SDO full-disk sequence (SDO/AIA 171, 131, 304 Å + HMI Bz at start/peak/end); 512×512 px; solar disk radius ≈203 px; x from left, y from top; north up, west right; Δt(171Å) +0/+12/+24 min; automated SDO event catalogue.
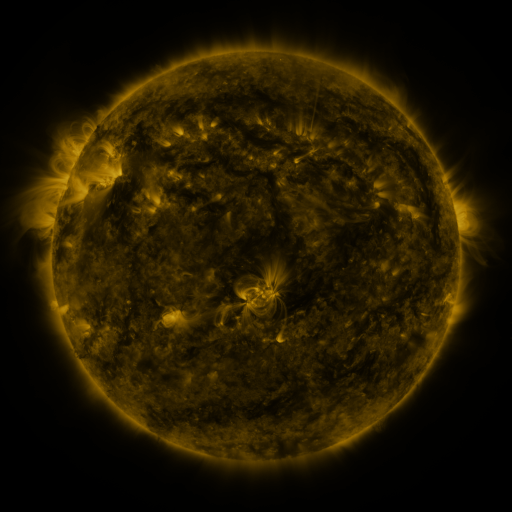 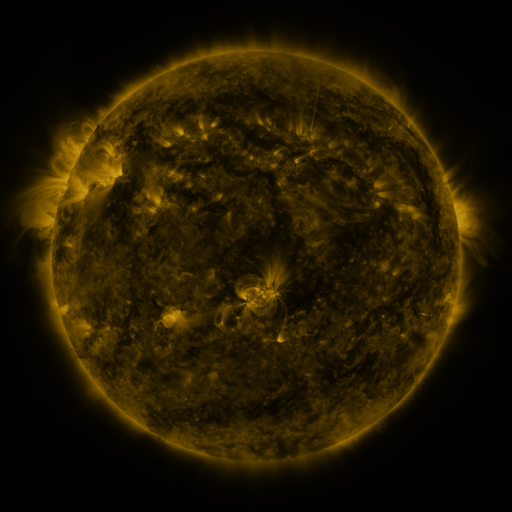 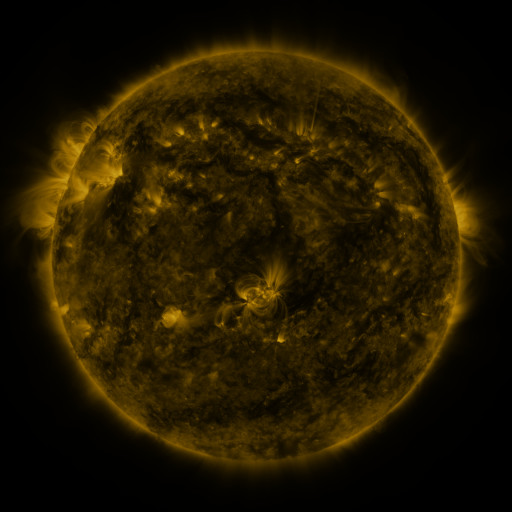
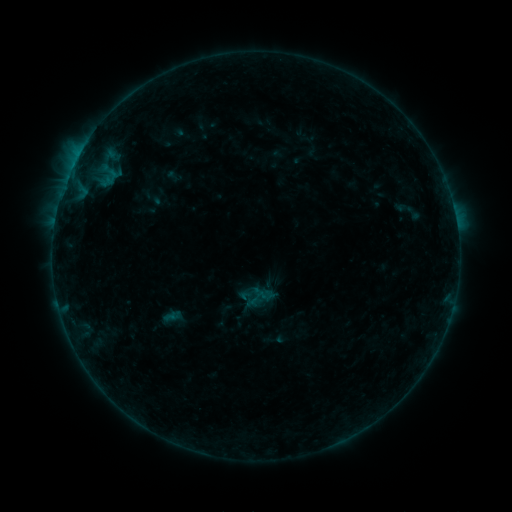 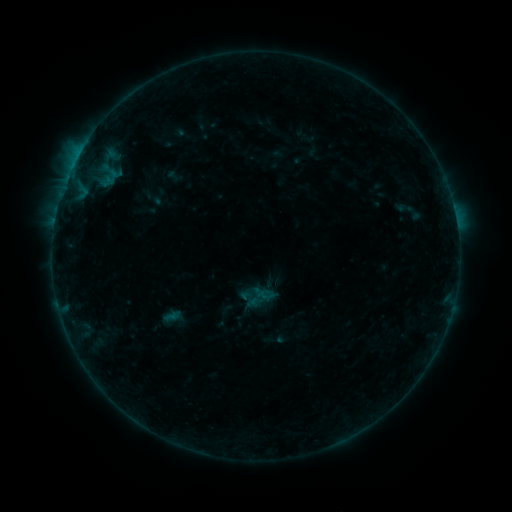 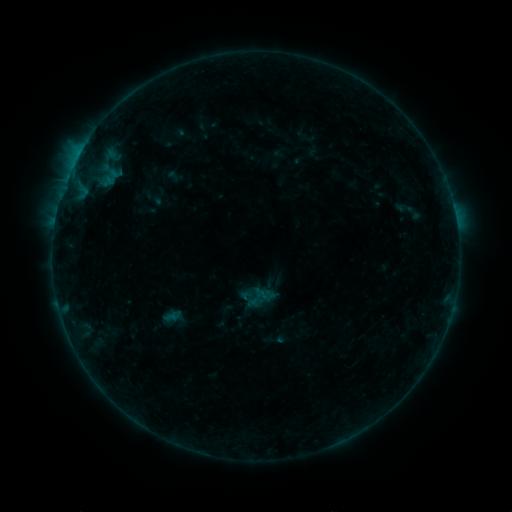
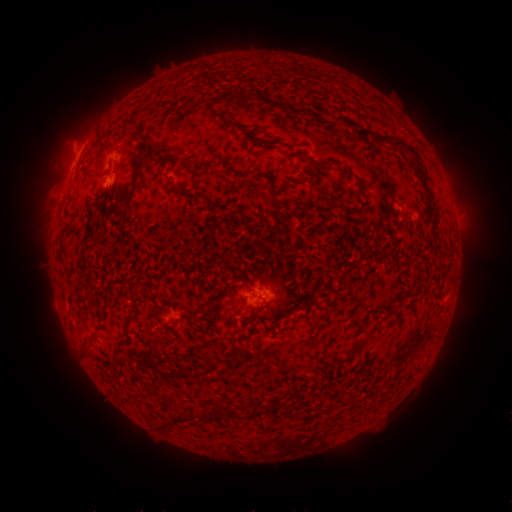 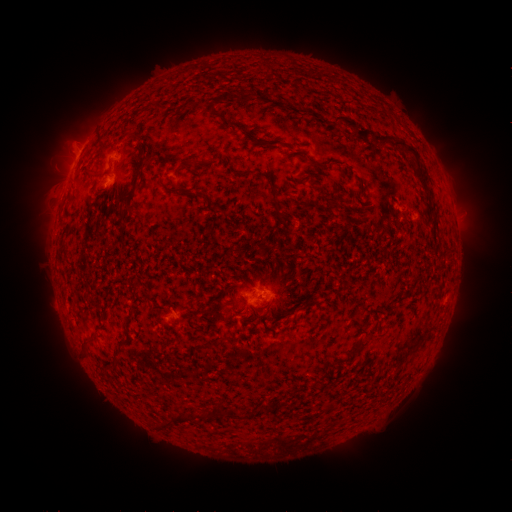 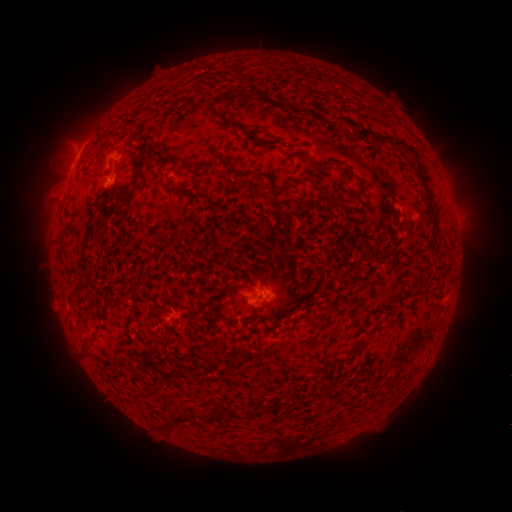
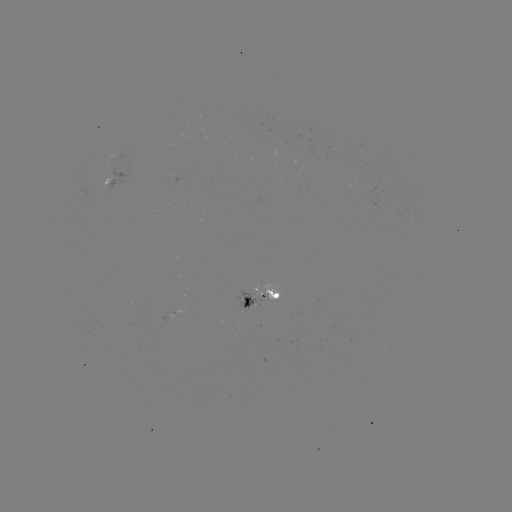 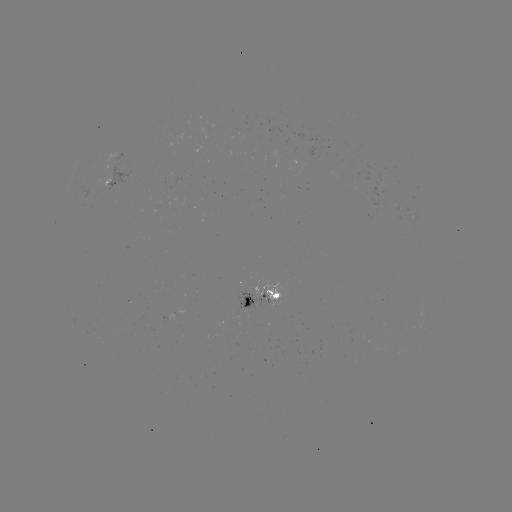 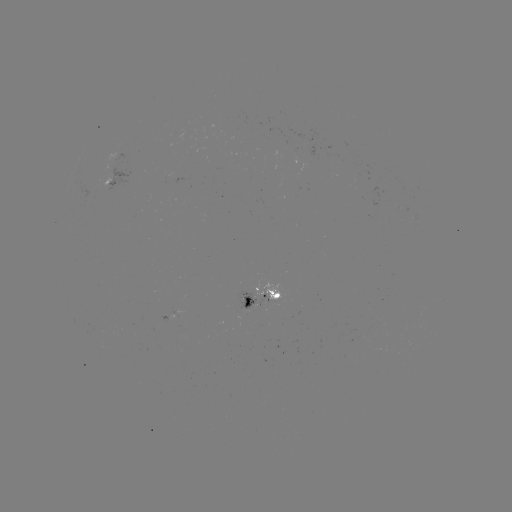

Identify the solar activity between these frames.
no catalogued flare and no flagged EUV brightening in this window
